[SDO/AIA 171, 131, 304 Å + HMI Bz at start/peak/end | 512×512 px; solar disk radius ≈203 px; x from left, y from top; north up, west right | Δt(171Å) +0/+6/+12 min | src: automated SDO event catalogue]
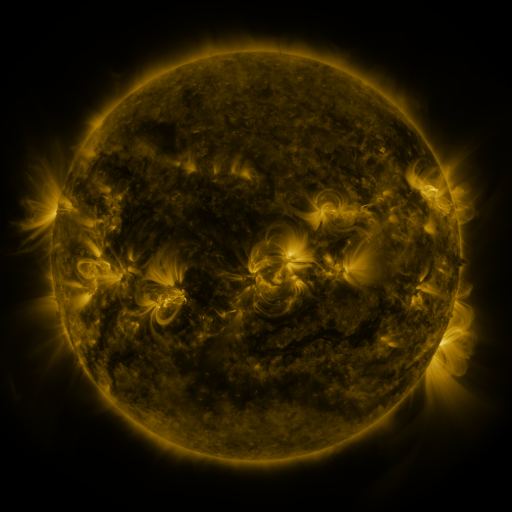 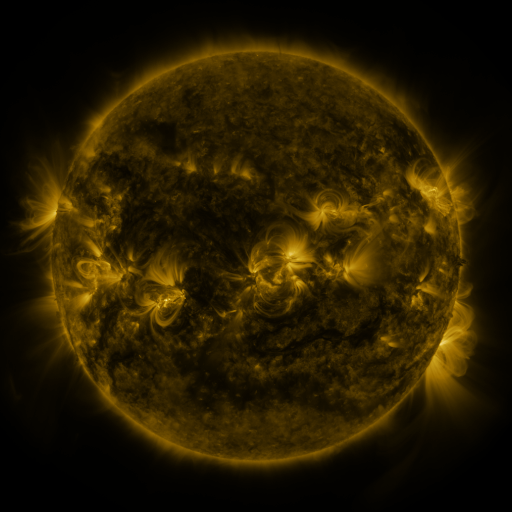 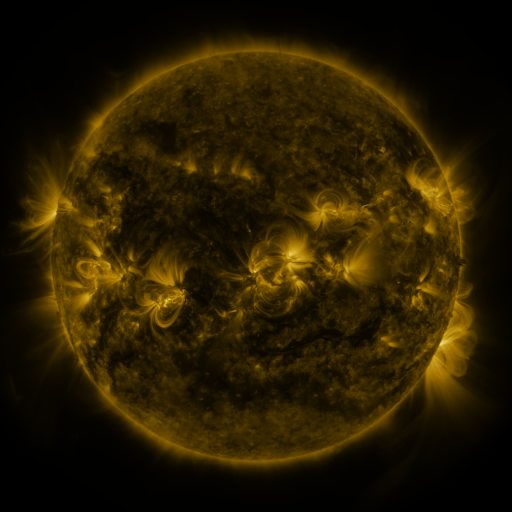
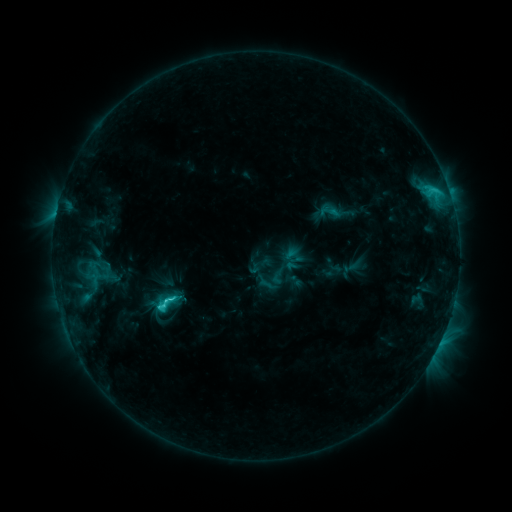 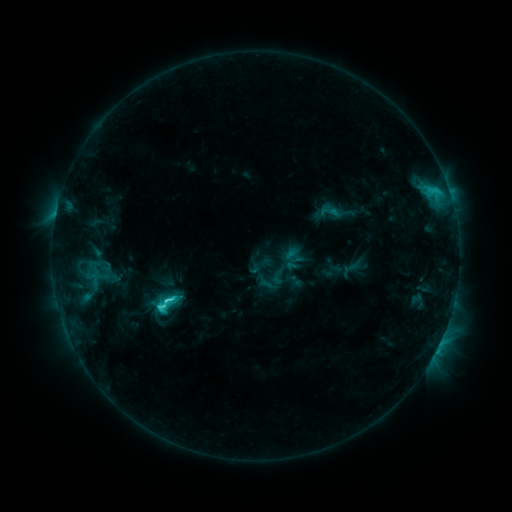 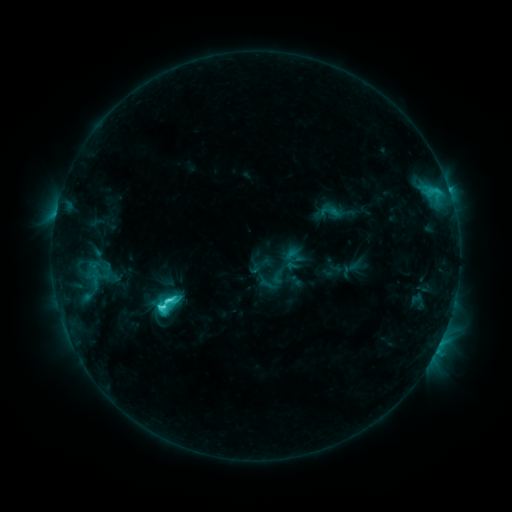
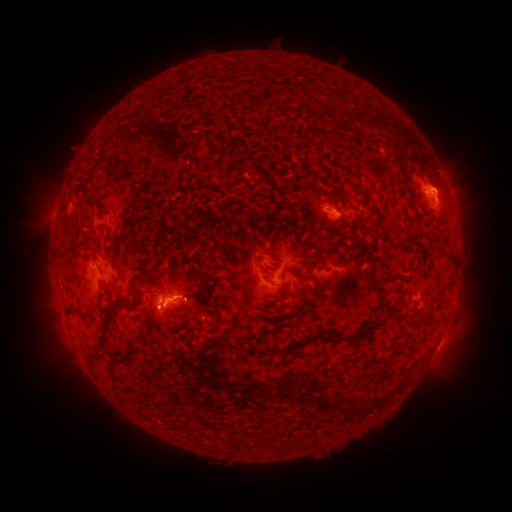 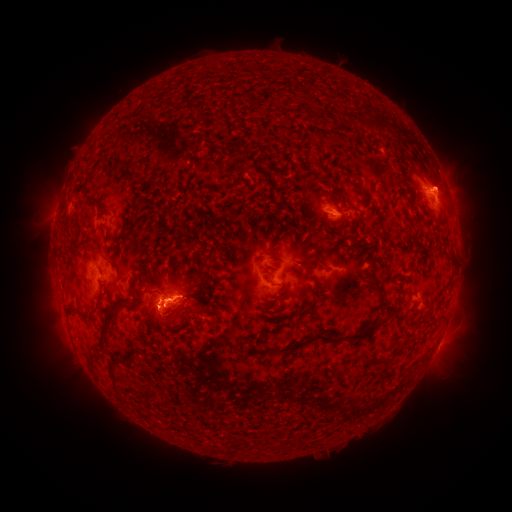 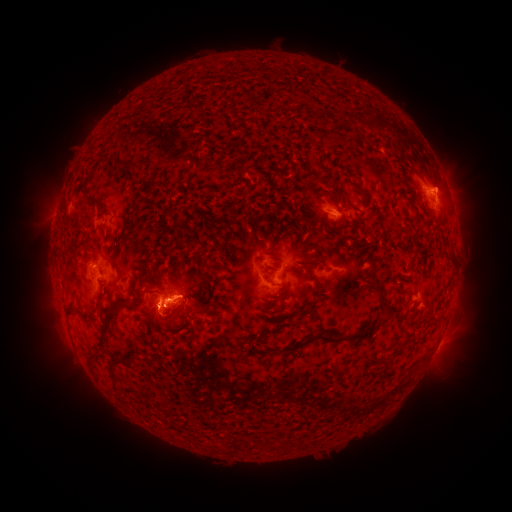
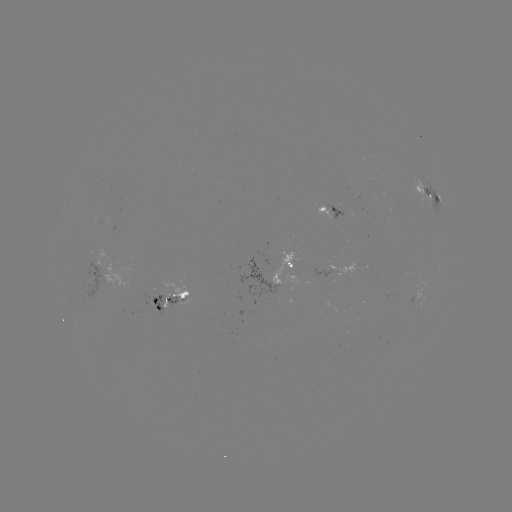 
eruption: [415, 150, 468, 209]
